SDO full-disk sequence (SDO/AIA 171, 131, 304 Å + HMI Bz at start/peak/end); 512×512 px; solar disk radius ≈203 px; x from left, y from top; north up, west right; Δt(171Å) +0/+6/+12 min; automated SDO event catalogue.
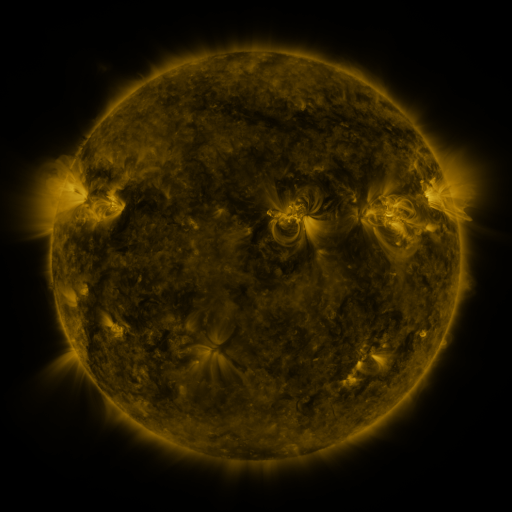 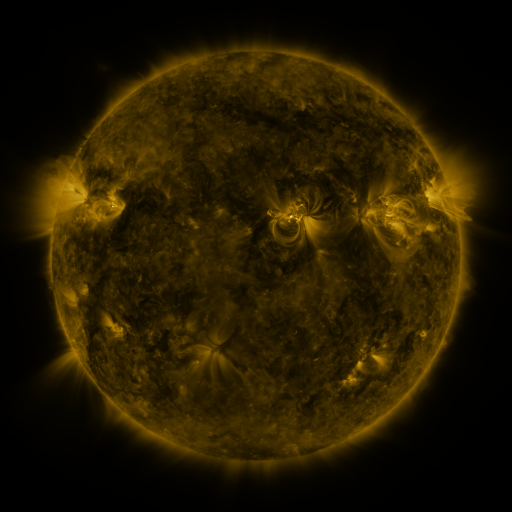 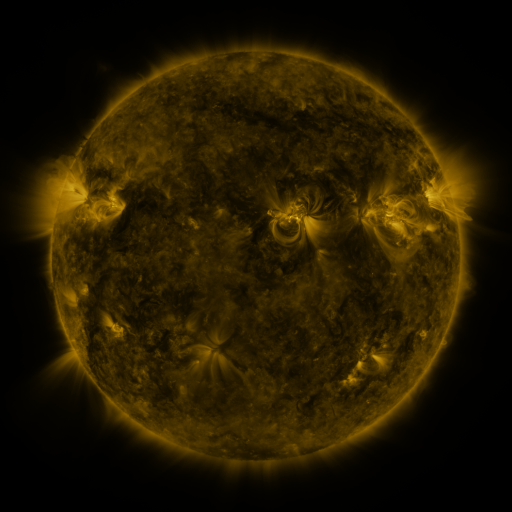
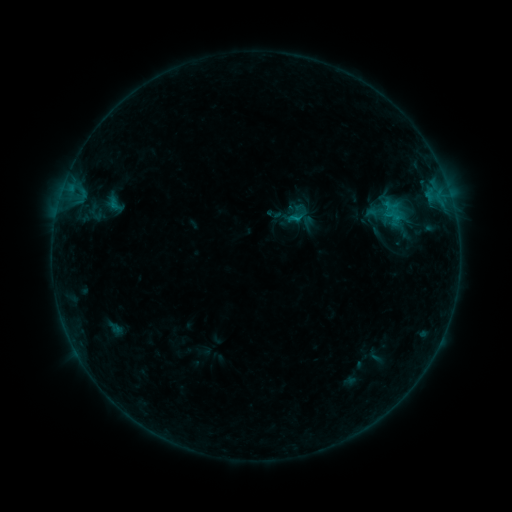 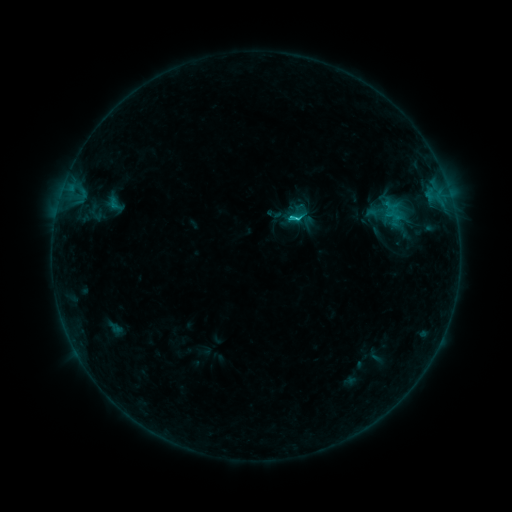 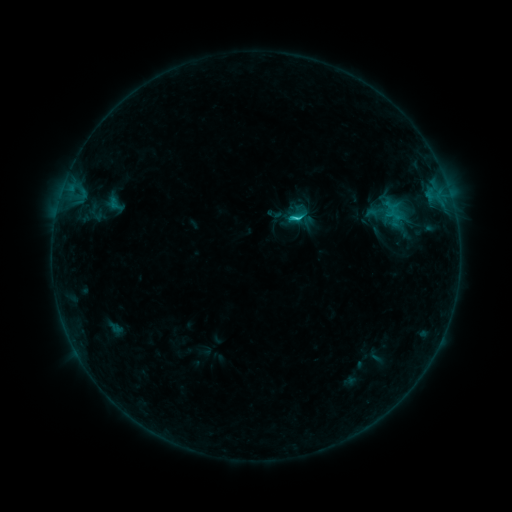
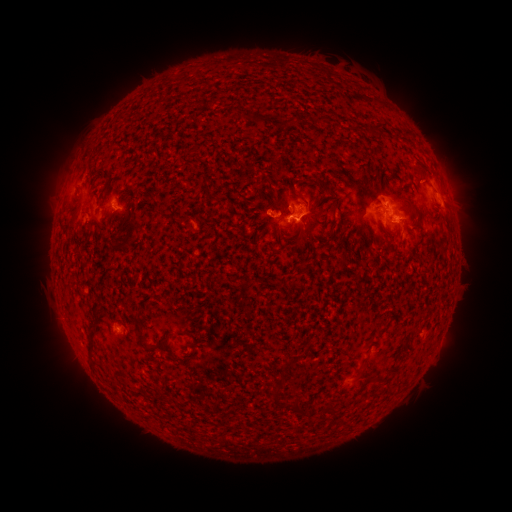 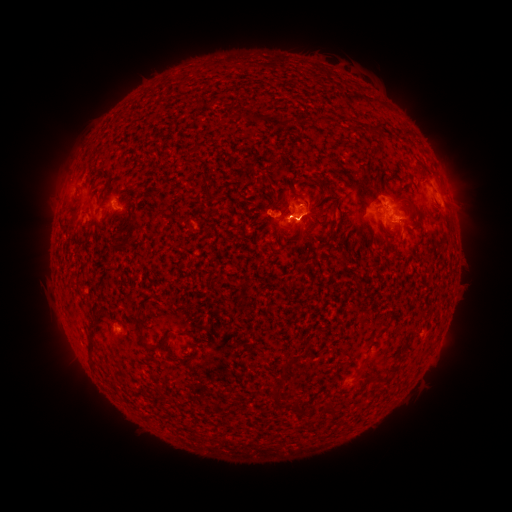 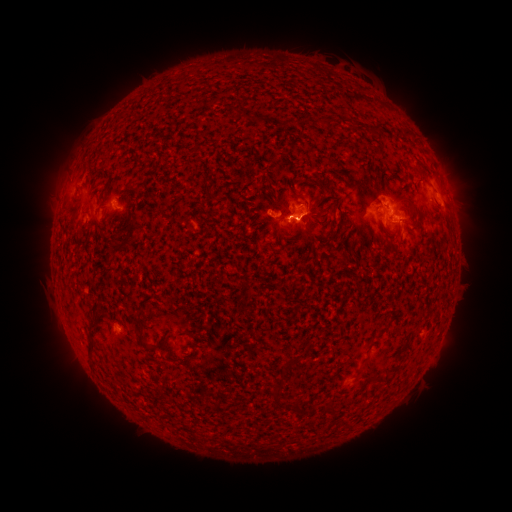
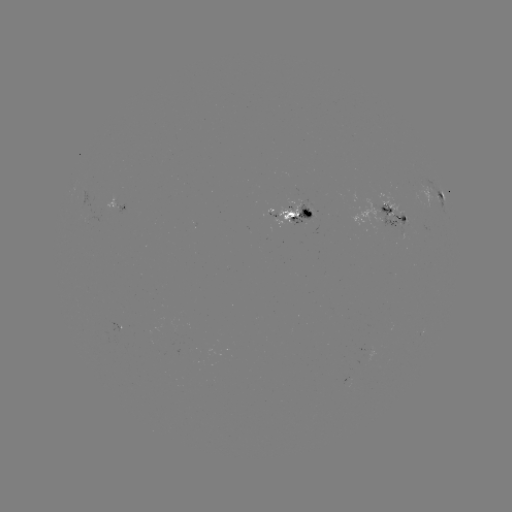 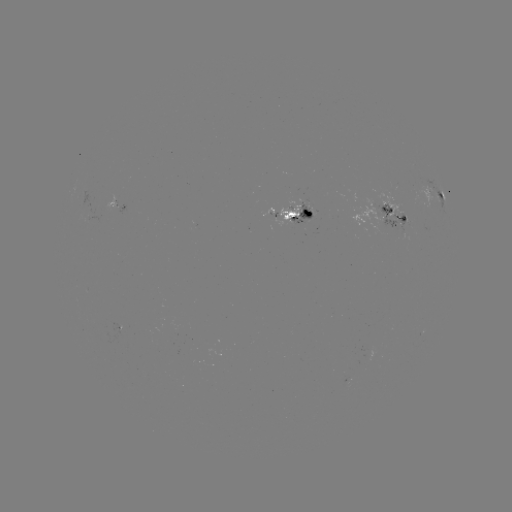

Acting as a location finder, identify C1.8 flare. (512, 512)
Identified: (290, 220).